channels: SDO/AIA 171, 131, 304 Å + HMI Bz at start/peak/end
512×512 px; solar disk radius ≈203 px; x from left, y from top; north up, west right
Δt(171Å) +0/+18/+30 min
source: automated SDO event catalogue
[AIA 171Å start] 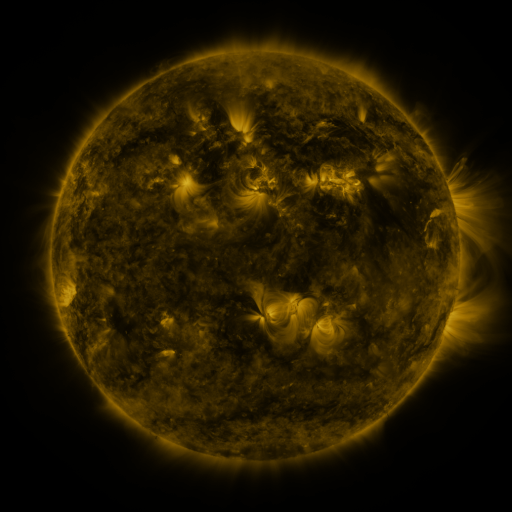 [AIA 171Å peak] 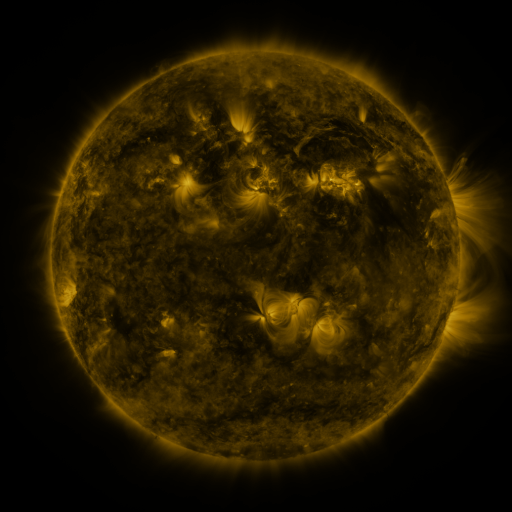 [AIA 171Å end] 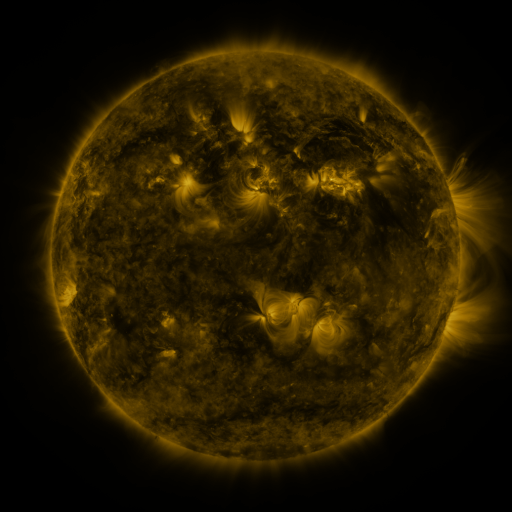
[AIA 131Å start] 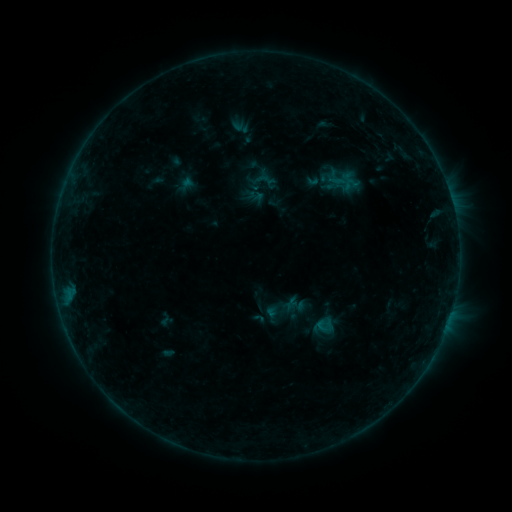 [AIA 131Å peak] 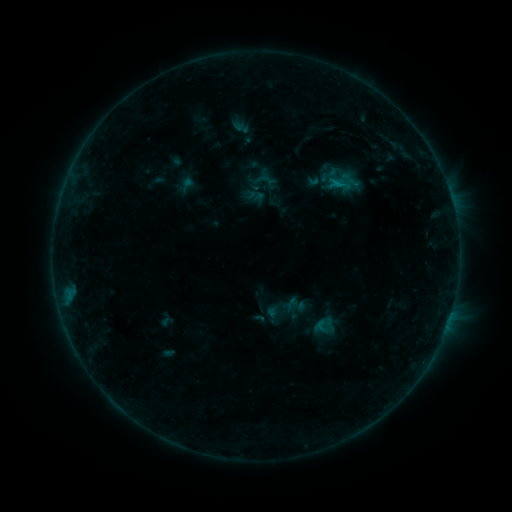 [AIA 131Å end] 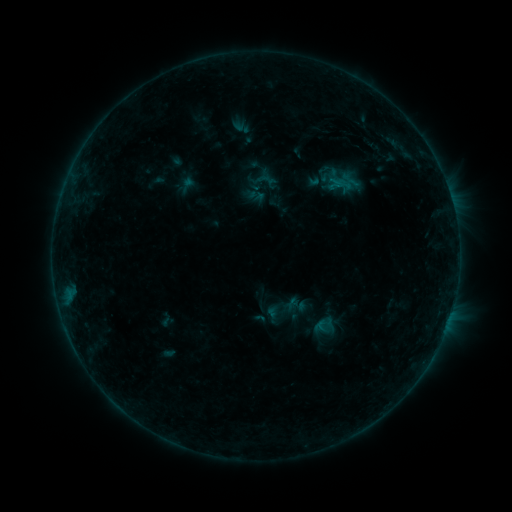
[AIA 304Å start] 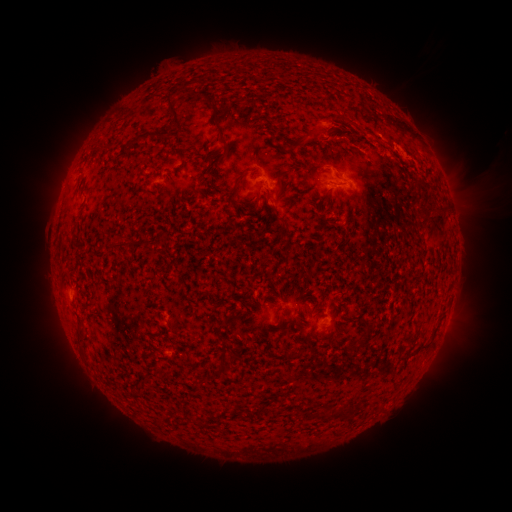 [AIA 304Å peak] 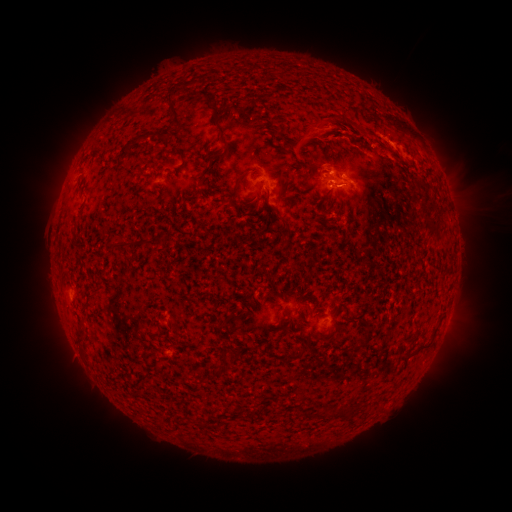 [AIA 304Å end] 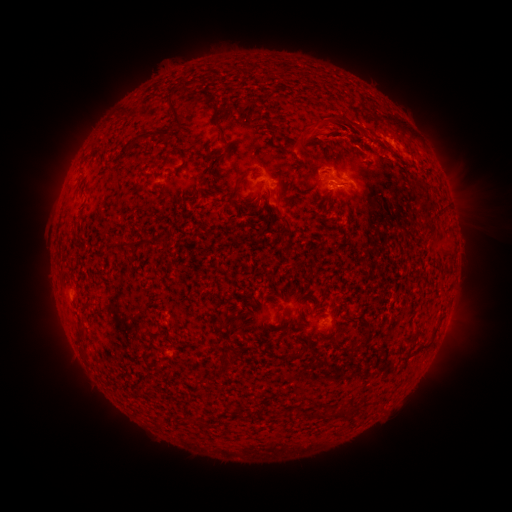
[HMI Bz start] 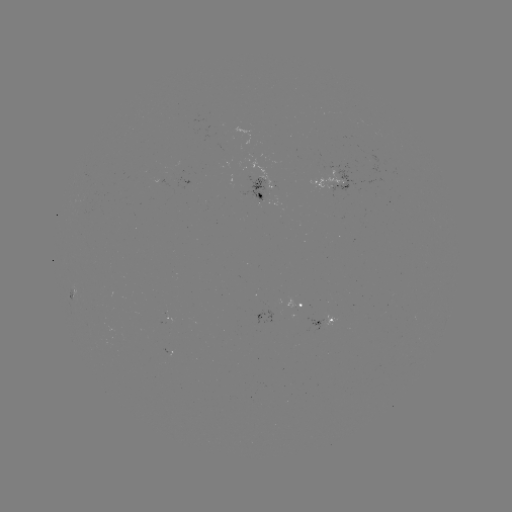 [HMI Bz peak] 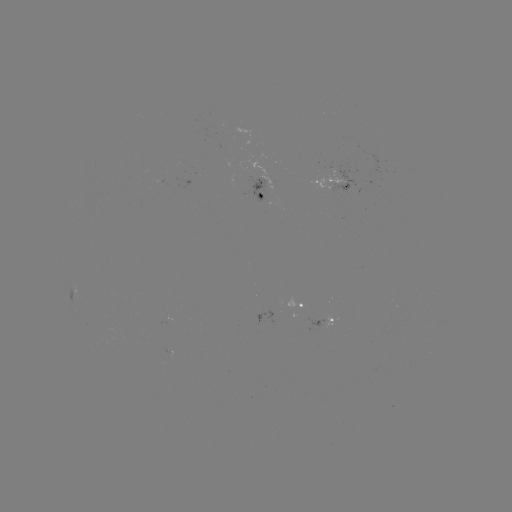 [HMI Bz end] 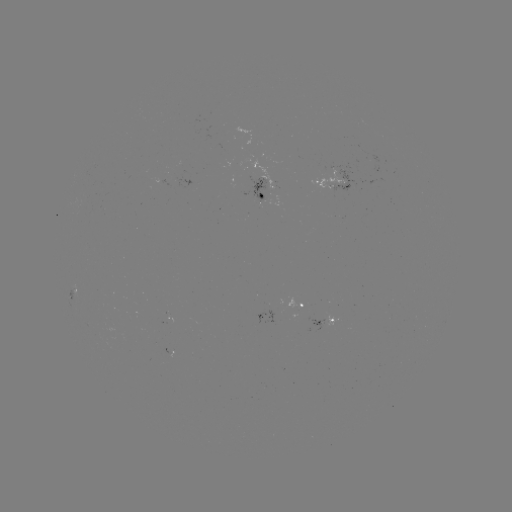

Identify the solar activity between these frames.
B6.0 flare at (336, 184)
